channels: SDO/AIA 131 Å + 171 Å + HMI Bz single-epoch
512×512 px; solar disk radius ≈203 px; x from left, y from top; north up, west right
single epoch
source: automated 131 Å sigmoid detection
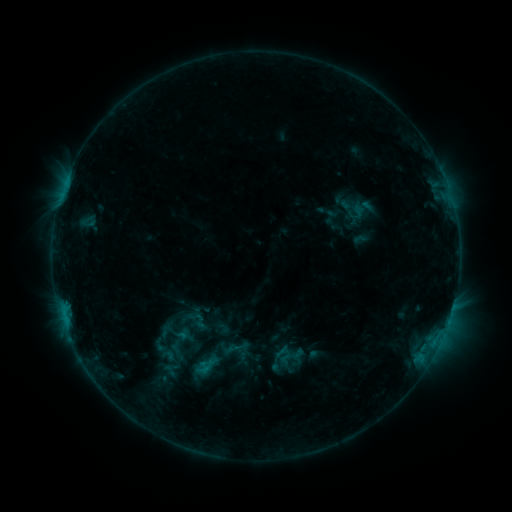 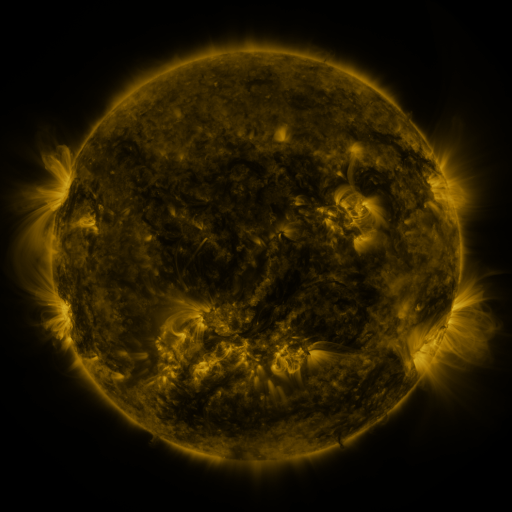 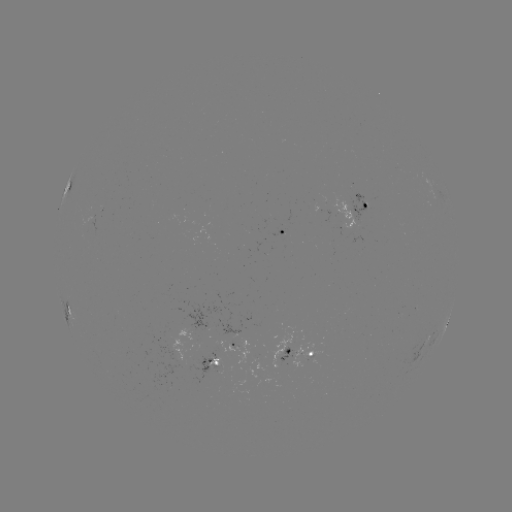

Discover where sigmoid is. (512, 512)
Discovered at (354, 208).